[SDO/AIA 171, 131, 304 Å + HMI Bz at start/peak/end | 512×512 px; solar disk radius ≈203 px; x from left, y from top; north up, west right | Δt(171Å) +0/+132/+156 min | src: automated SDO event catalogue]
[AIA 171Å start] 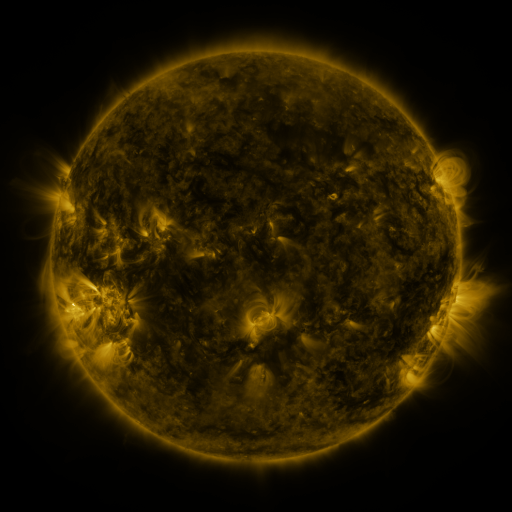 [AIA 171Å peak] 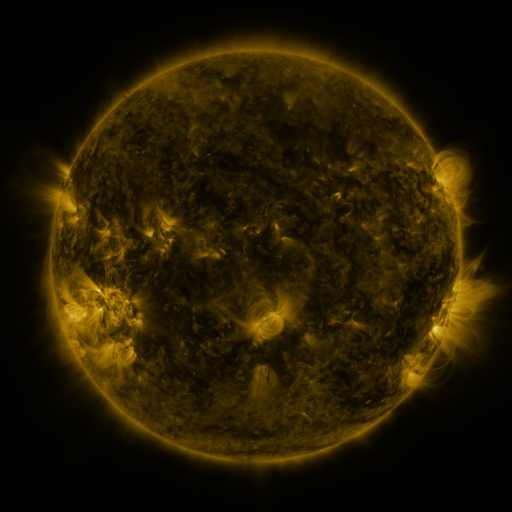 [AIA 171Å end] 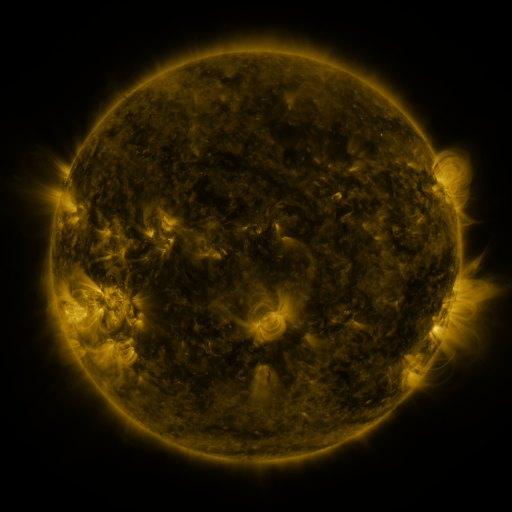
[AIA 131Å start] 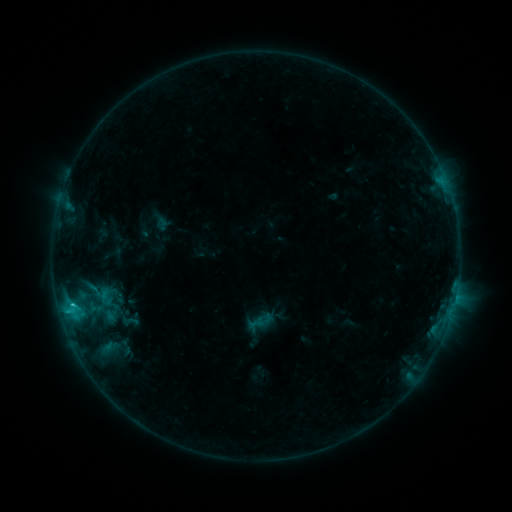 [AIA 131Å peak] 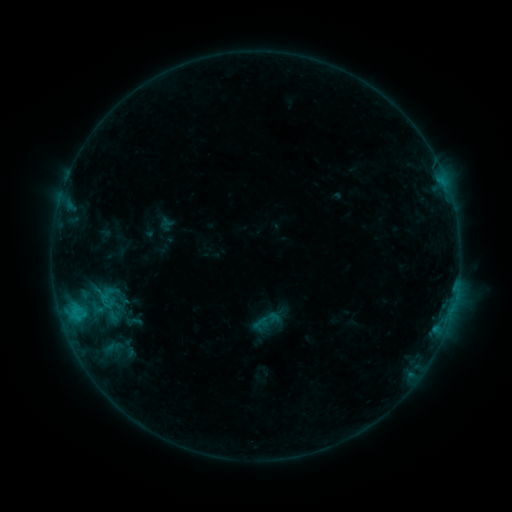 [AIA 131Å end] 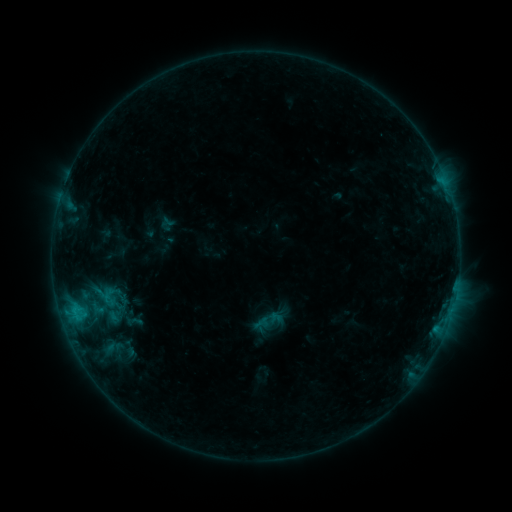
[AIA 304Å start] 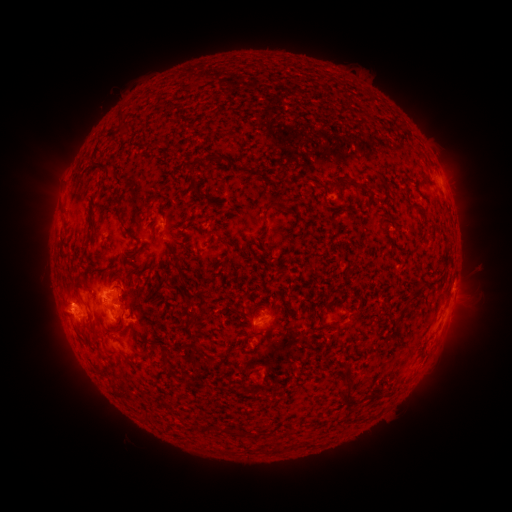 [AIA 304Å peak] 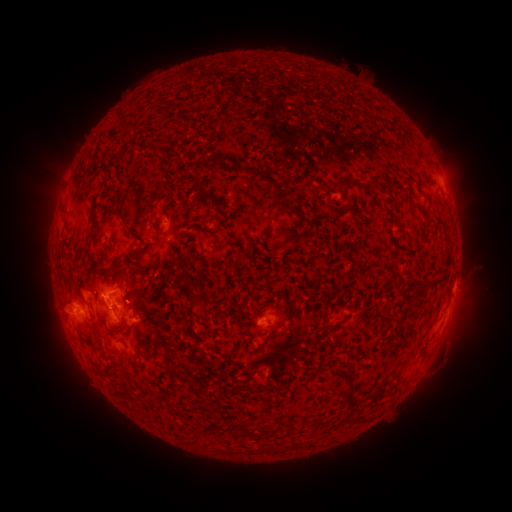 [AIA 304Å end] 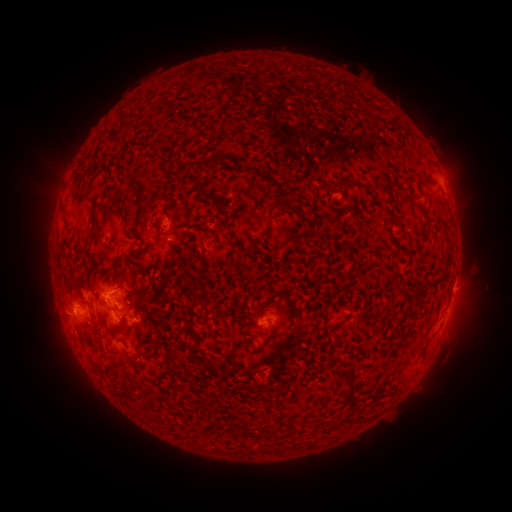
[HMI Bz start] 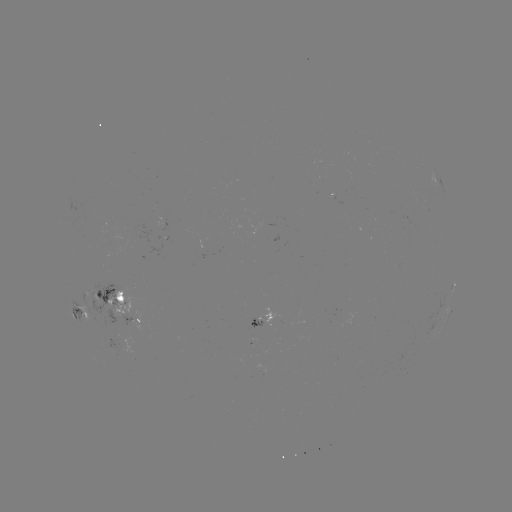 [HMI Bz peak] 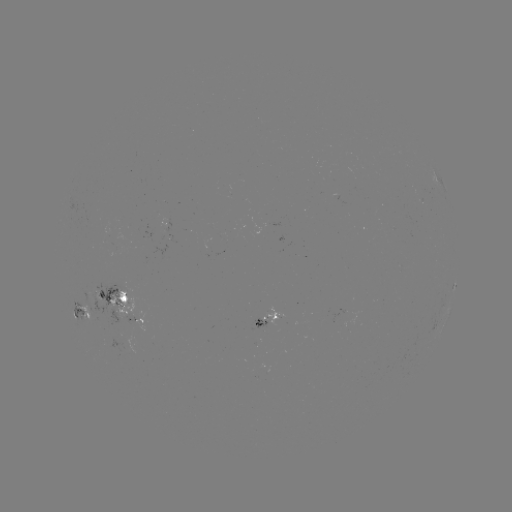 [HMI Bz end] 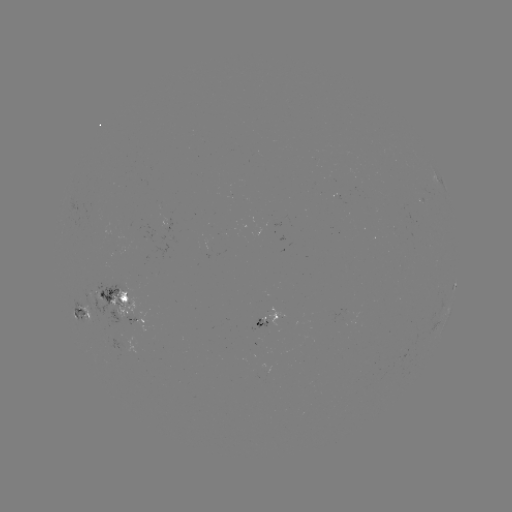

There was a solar emerging-flux region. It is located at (269, 316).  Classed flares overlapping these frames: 2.